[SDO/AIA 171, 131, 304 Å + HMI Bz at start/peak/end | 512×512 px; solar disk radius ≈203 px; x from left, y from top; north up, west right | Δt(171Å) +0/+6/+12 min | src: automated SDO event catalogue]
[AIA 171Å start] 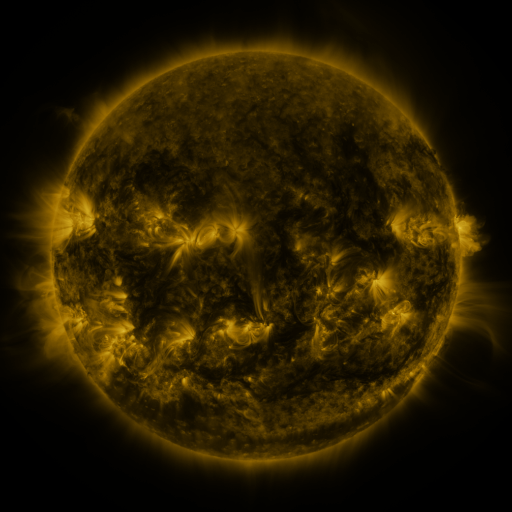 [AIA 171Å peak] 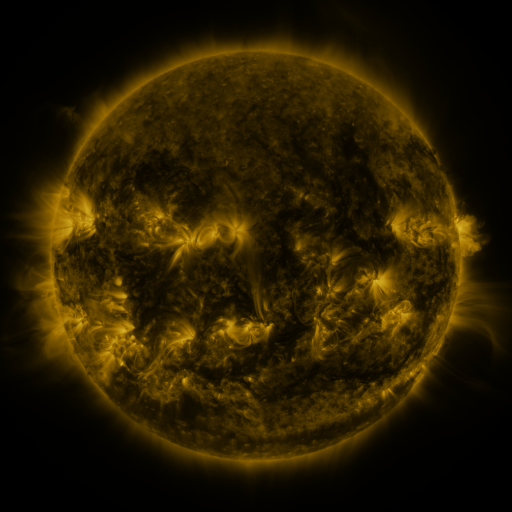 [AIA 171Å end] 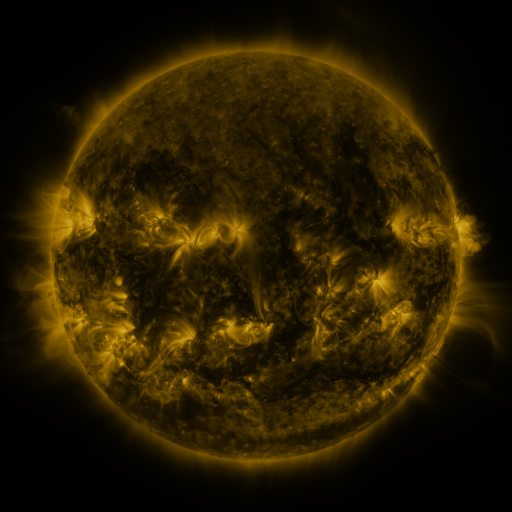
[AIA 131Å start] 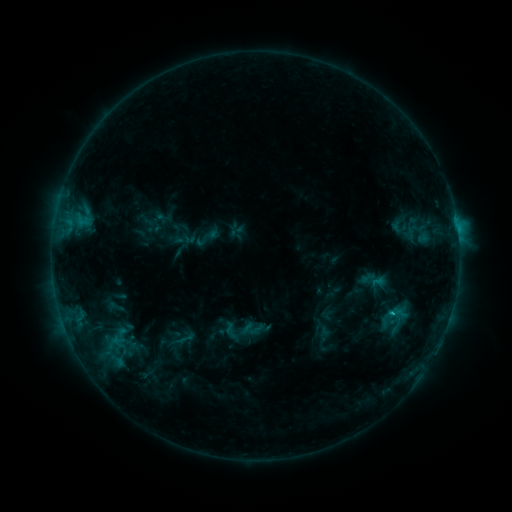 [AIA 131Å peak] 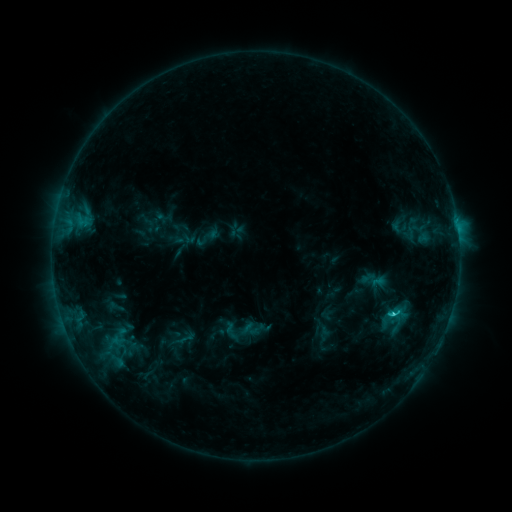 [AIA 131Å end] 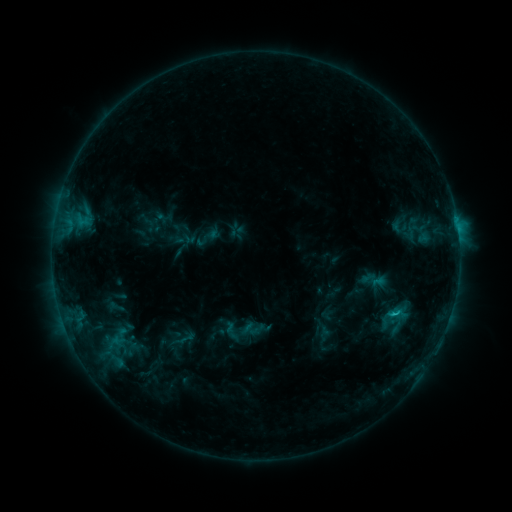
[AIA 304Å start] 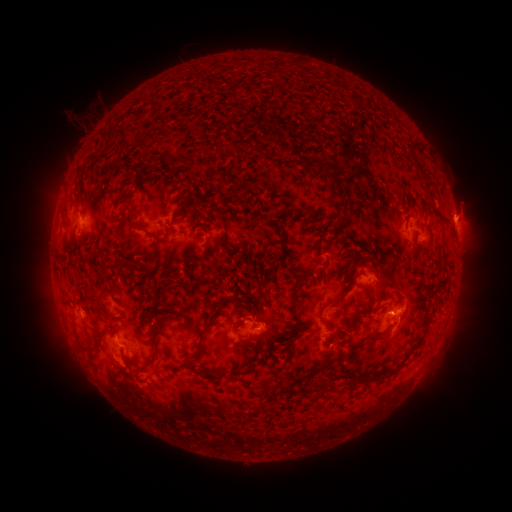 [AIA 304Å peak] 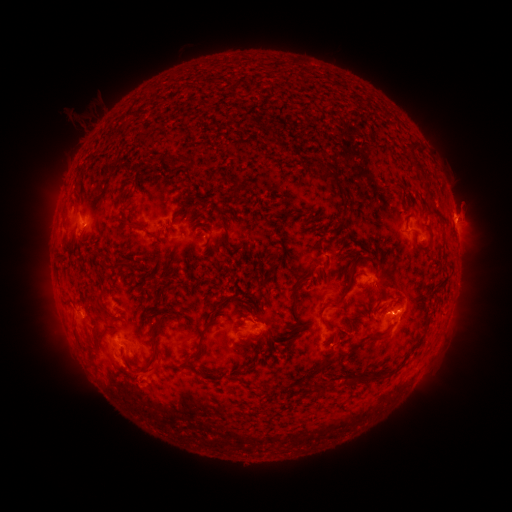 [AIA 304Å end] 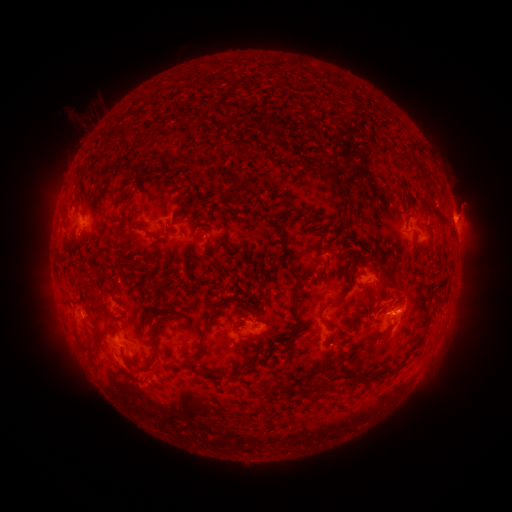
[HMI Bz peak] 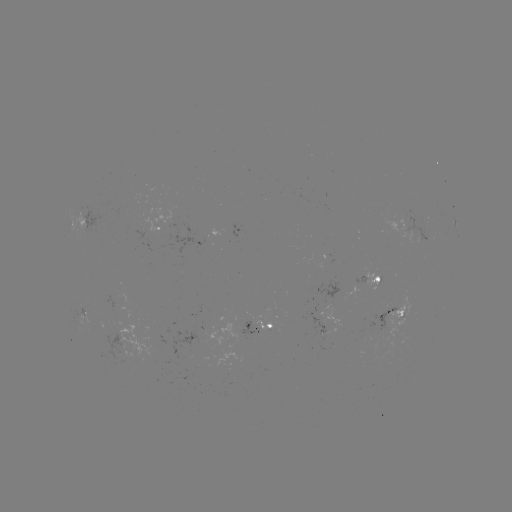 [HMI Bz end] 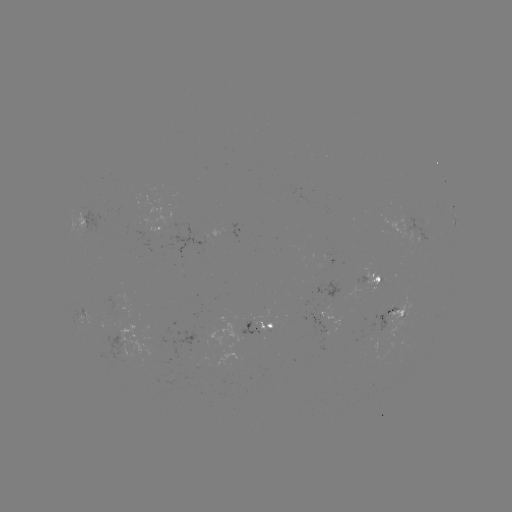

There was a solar flare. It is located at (391, 314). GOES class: C1.2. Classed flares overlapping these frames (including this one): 1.